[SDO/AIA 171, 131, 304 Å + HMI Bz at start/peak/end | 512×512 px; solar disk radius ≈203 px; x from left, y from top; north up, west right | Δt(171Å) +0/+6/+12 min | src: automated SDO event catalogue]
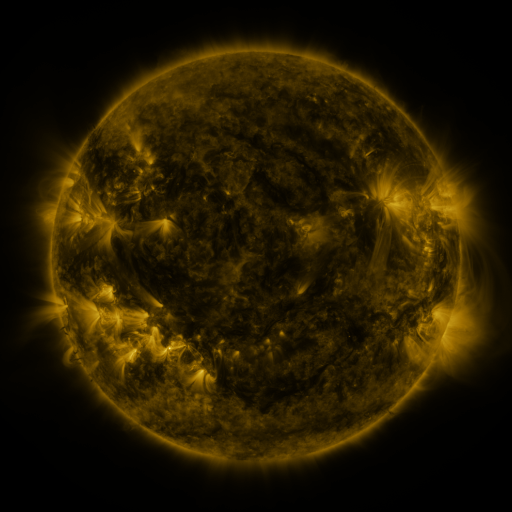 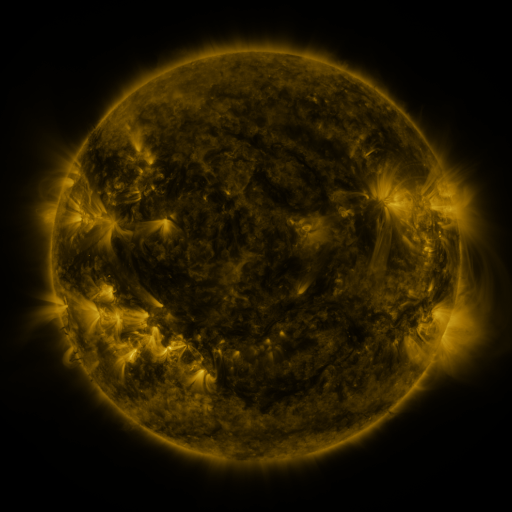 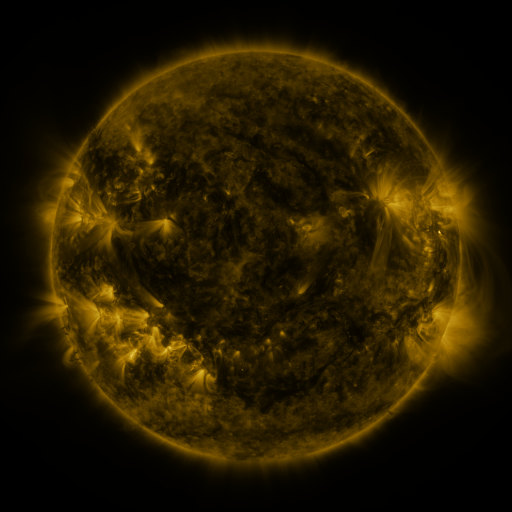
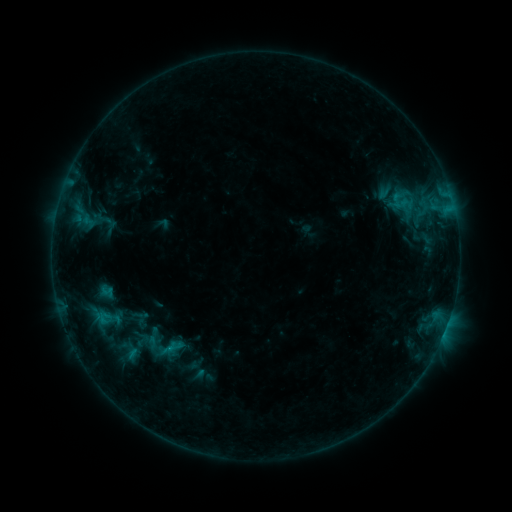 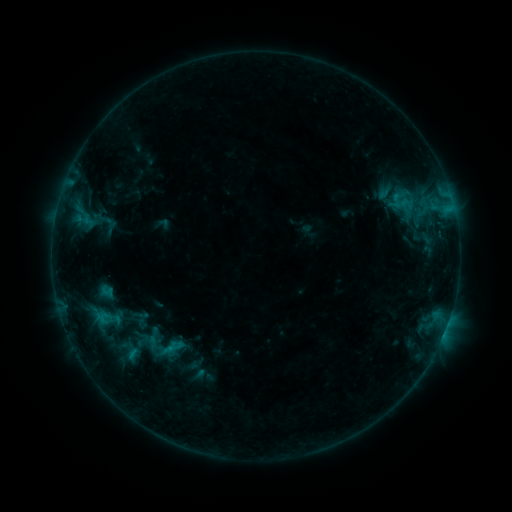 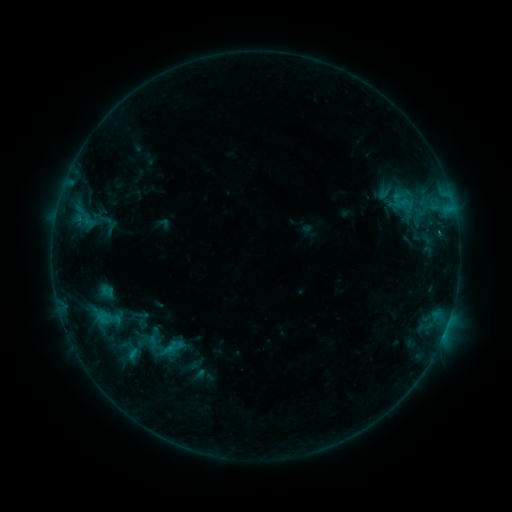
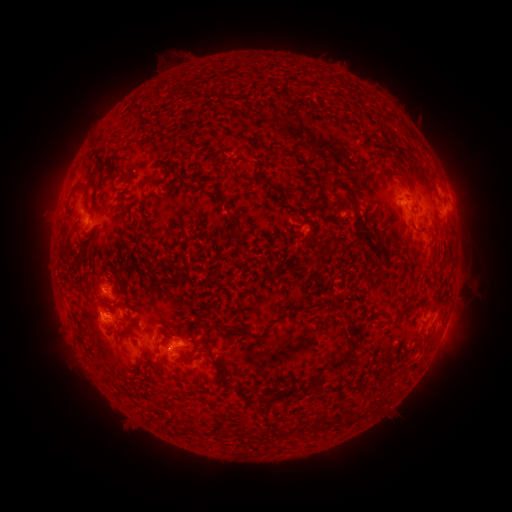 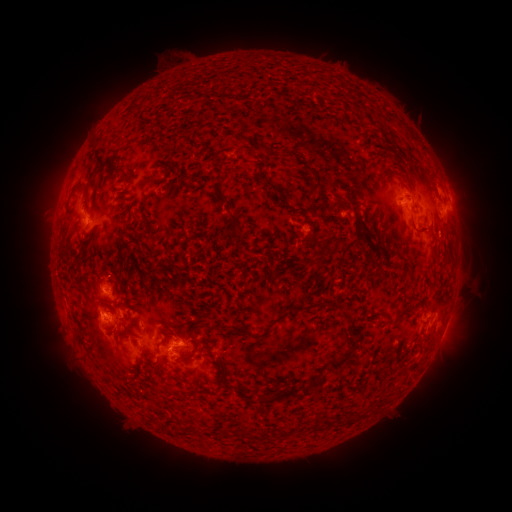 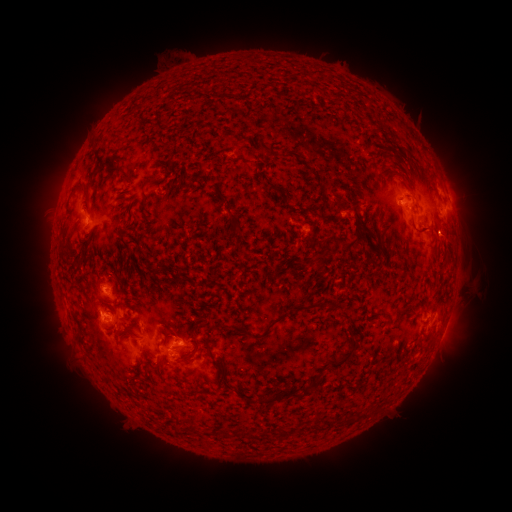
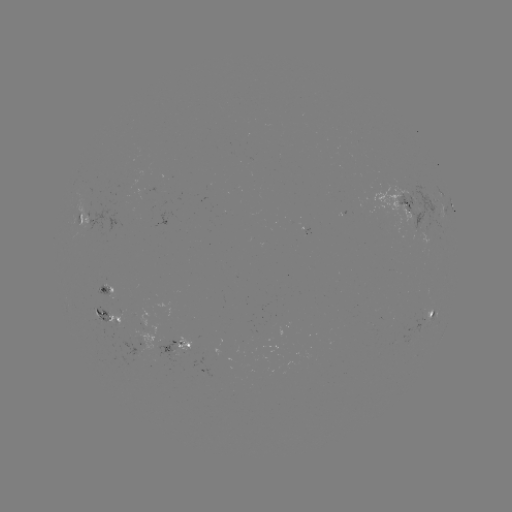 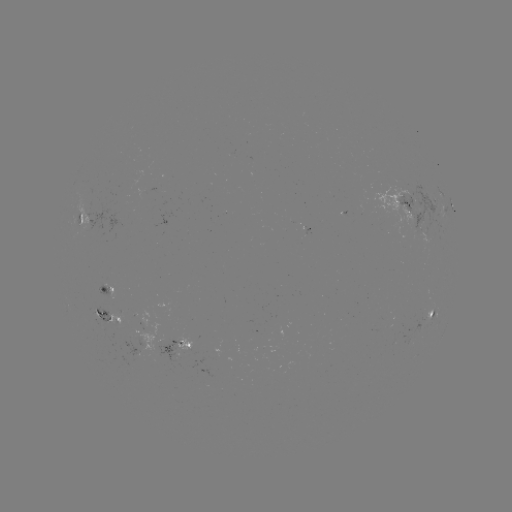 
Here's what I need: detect eruption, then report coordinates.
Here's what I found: eruption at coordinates (463, 239).